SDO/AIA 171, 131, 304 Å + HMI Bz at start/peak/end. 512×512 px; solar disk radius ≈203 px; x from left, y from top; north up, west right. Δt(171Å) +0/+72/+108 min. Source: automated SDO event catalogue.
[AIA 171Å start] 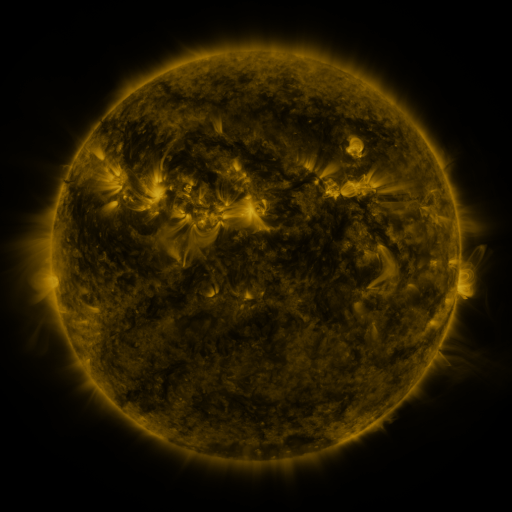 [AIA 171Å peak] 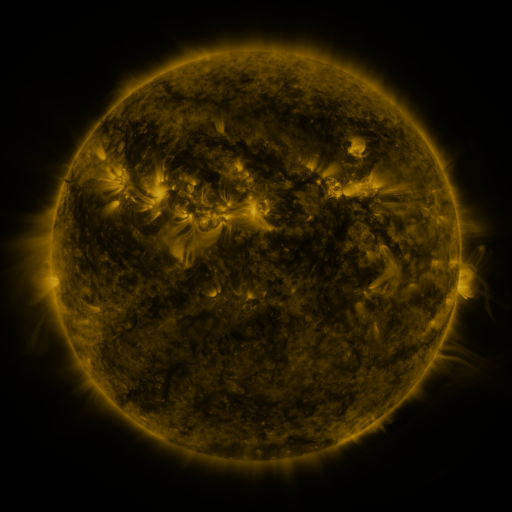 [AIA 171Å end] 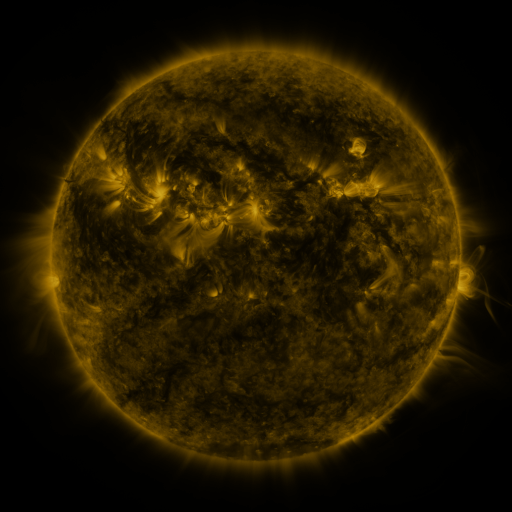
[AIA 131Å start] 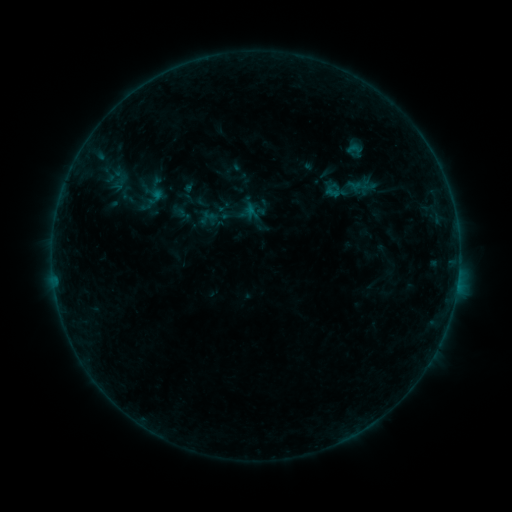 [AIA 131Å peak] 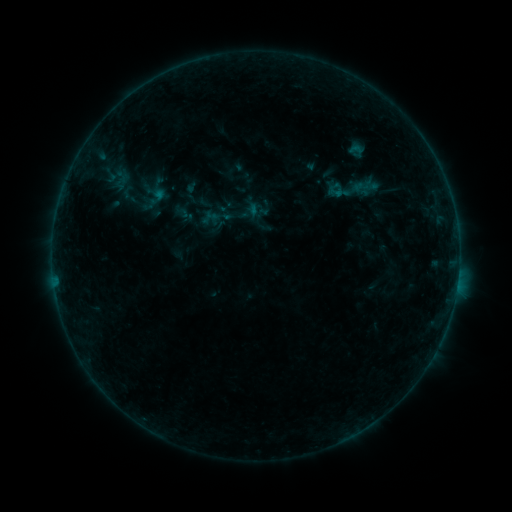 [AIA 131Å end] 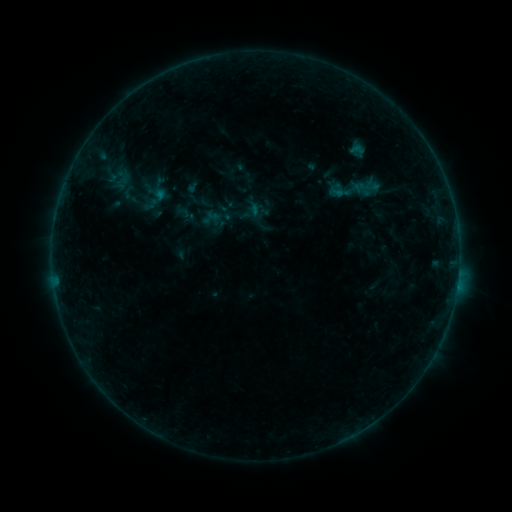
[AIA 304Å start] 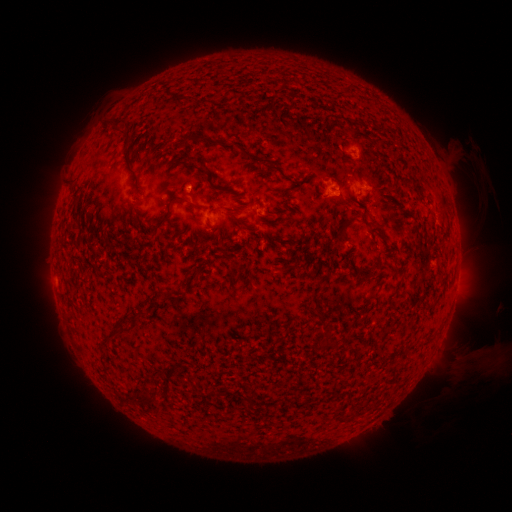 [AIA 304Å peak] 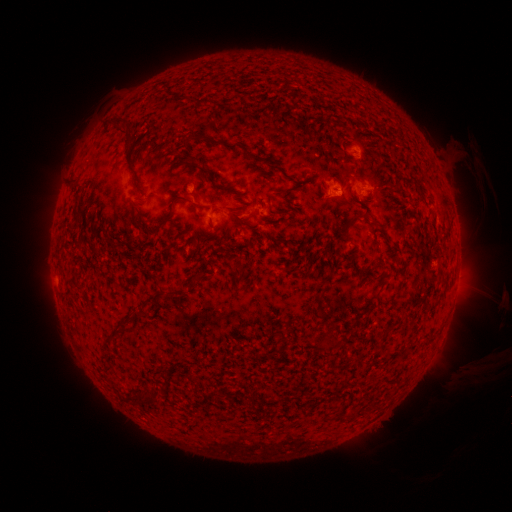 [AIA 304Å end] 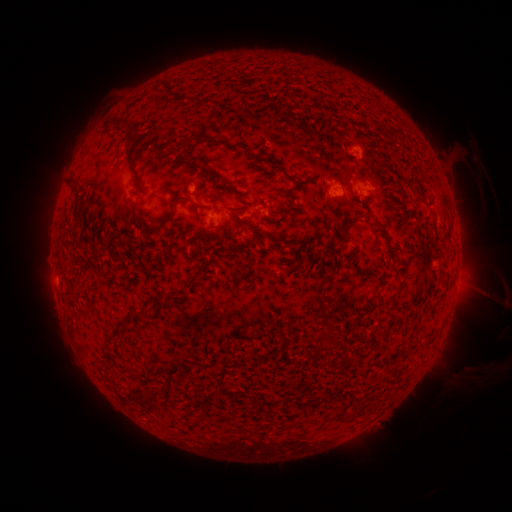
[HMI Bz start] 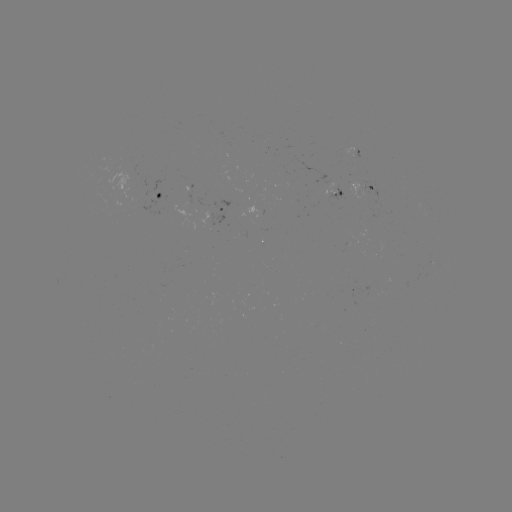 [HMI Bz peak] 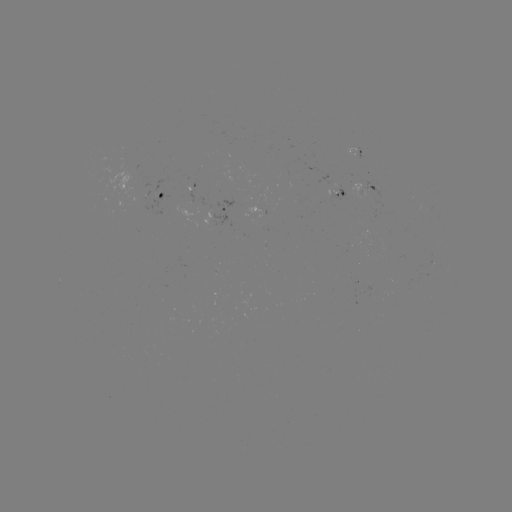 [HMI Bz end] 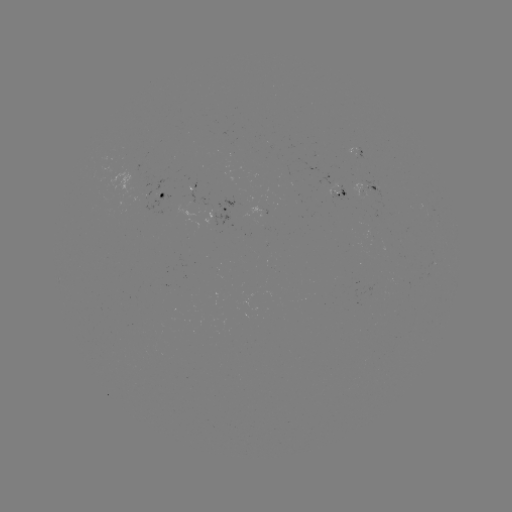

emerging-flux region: (152, 178, 168, 196)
